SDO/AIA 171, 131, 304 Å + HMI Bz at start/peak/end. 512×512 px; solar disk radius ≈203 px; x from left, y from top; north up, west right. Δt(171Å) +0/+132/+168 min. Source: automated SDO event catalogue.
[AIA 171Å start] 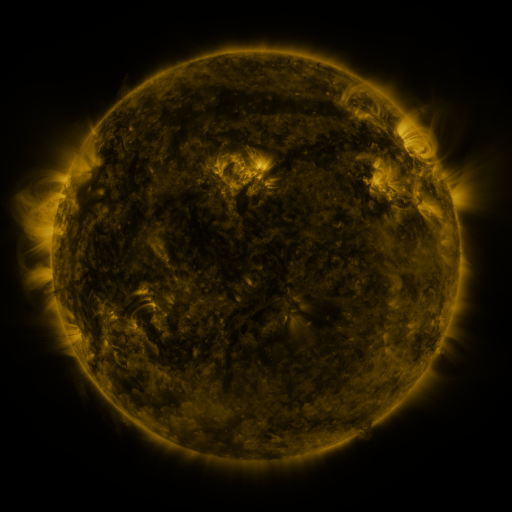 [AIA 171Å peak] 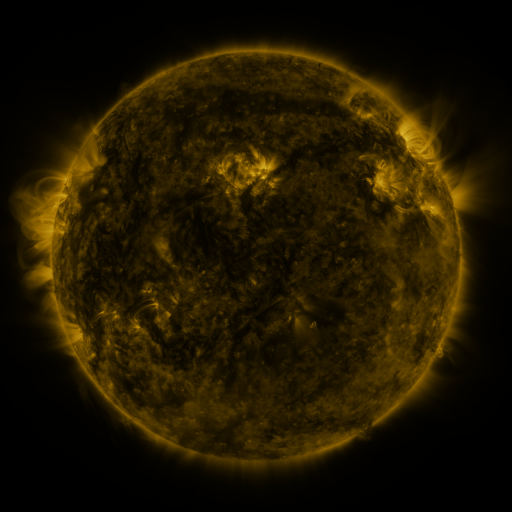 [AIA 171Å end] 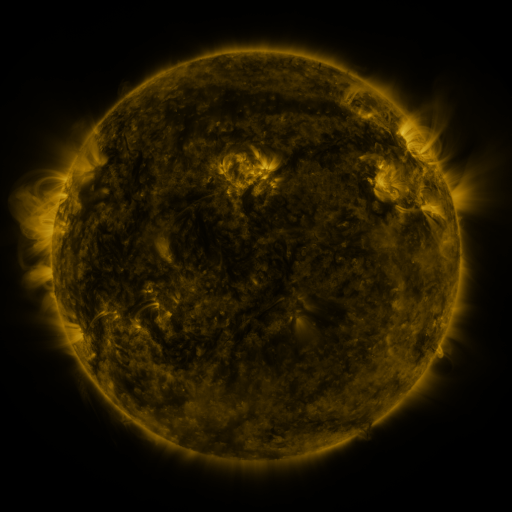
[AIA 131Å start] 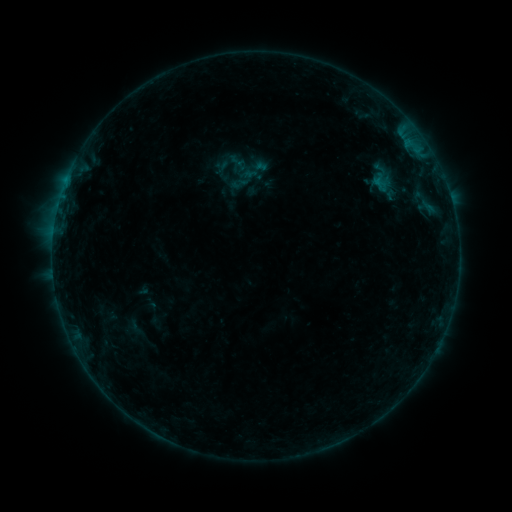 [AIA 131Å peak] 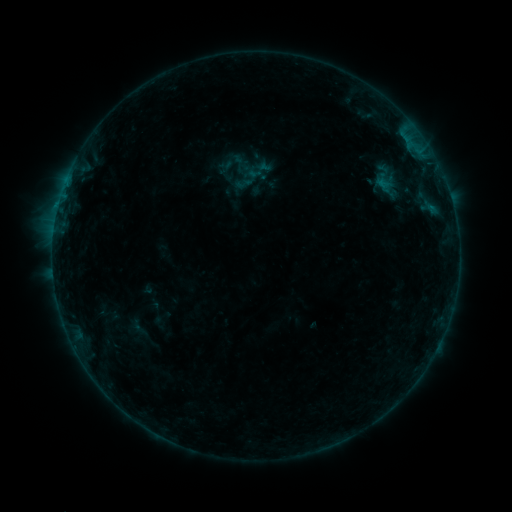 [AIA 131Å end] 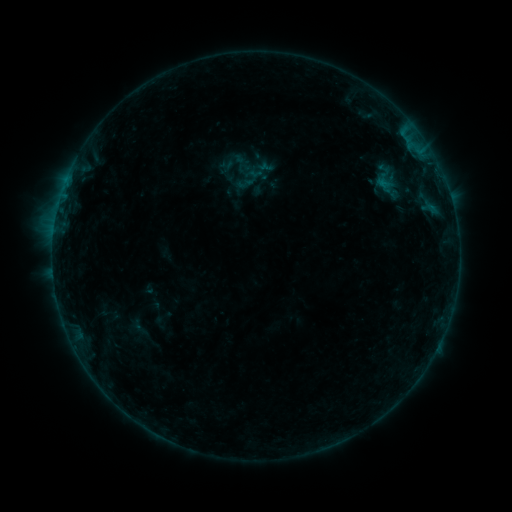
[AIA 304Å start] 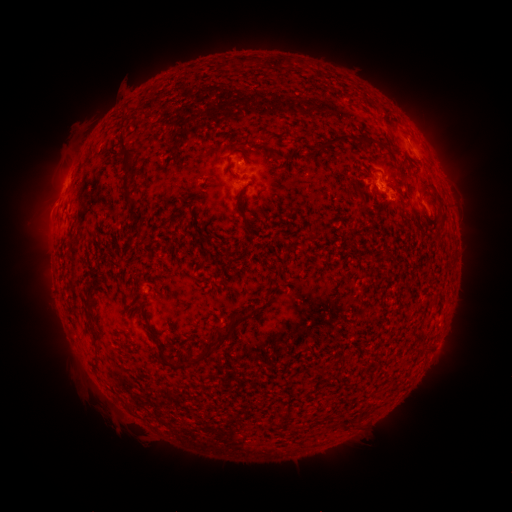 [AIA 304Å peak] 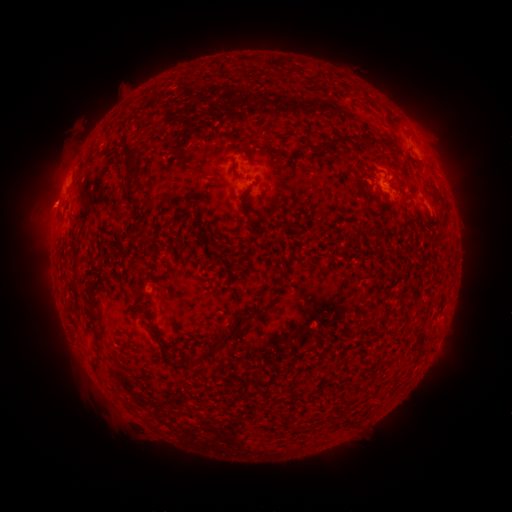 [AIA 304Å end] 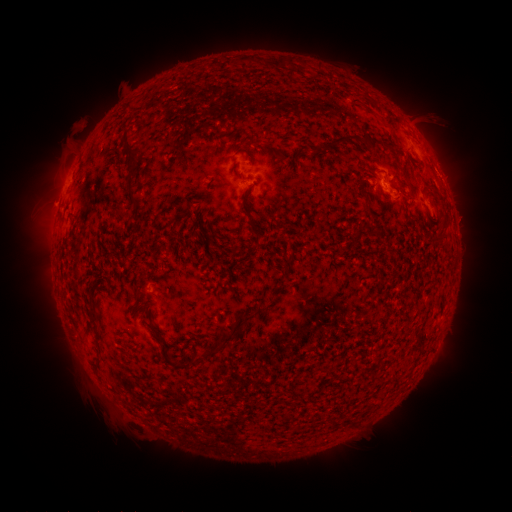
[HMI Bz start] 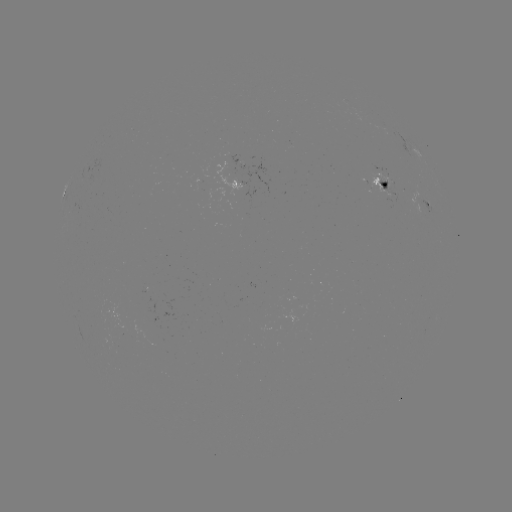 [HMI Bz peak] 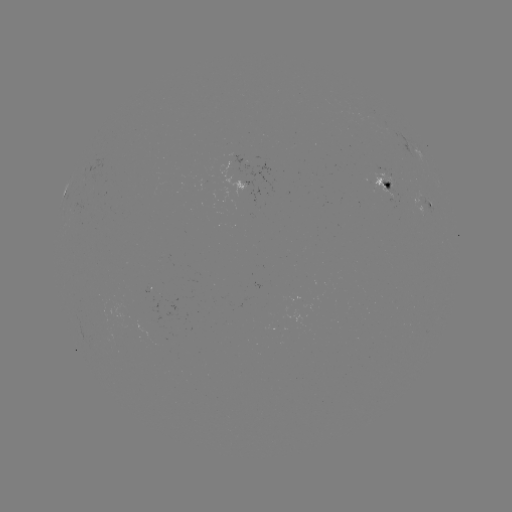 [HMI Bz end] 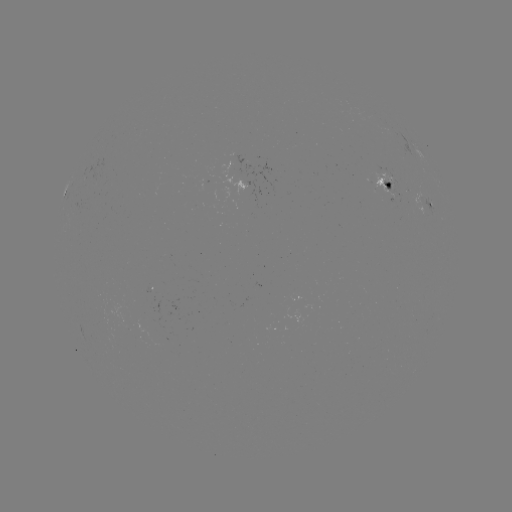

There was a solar emerging-flux region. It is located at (386, 178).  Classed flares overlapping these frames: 1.